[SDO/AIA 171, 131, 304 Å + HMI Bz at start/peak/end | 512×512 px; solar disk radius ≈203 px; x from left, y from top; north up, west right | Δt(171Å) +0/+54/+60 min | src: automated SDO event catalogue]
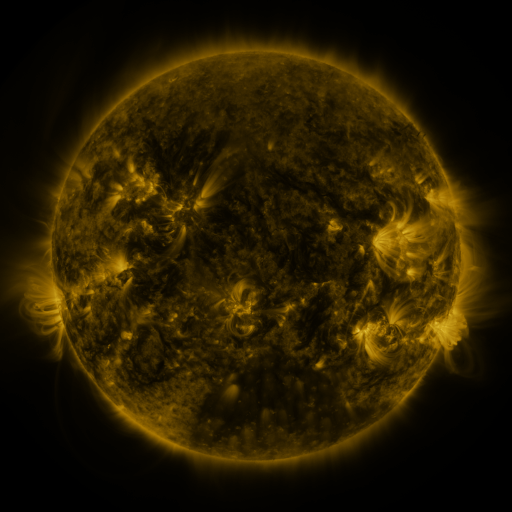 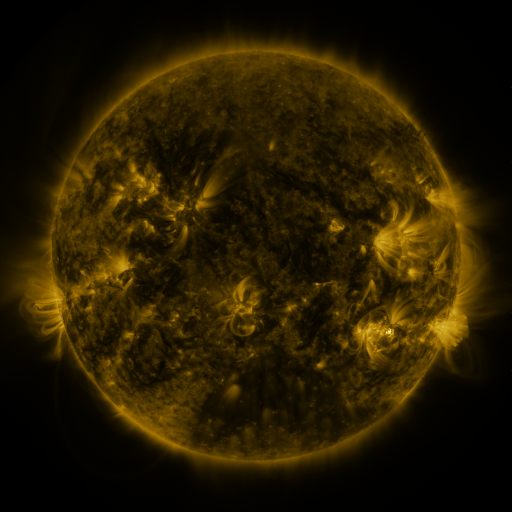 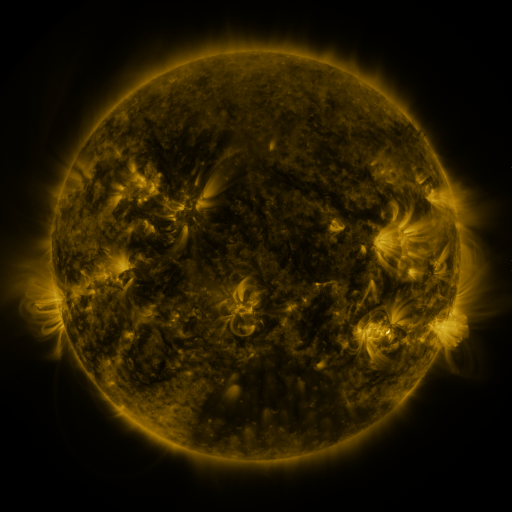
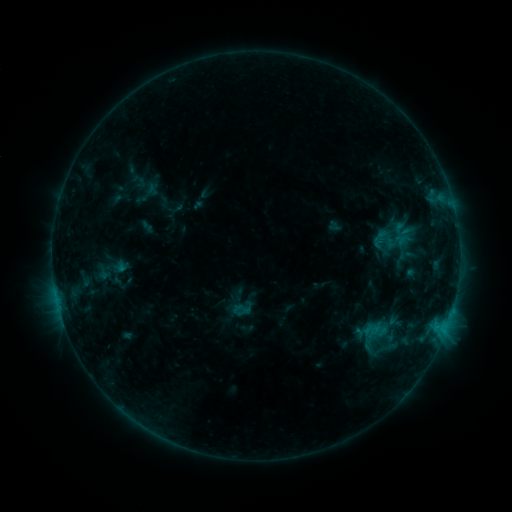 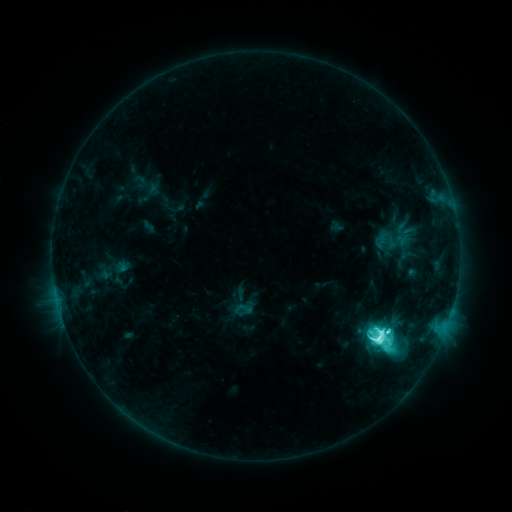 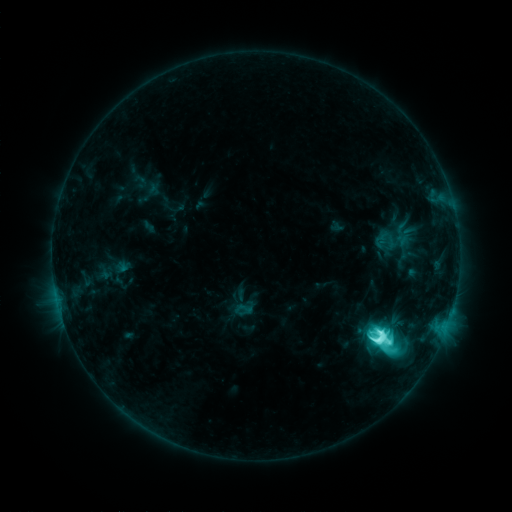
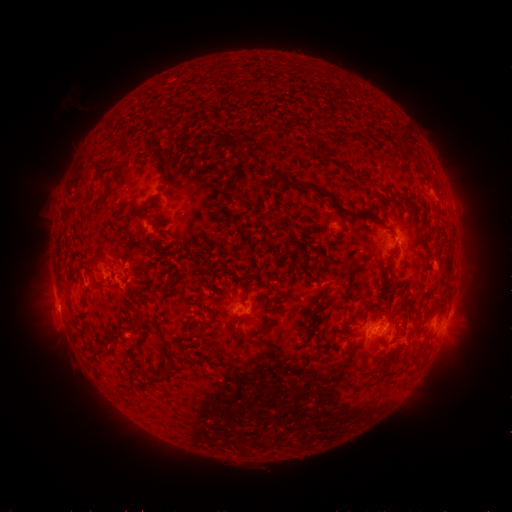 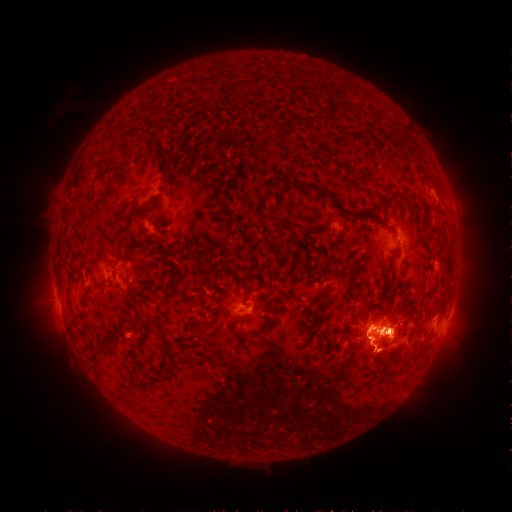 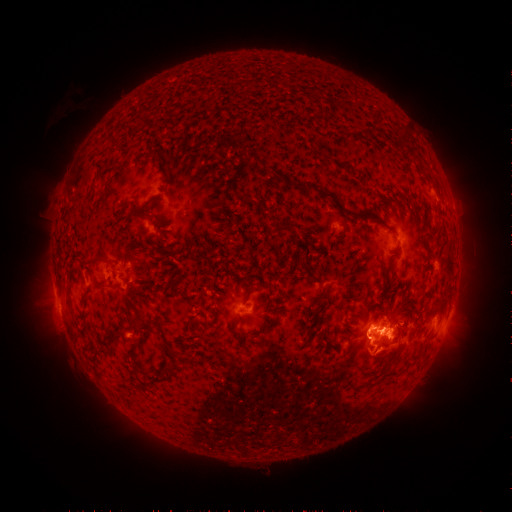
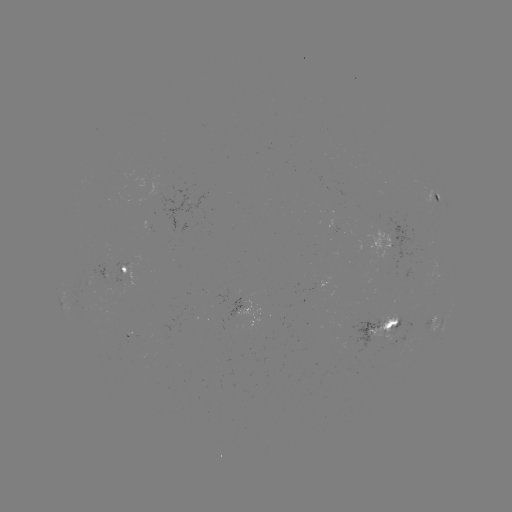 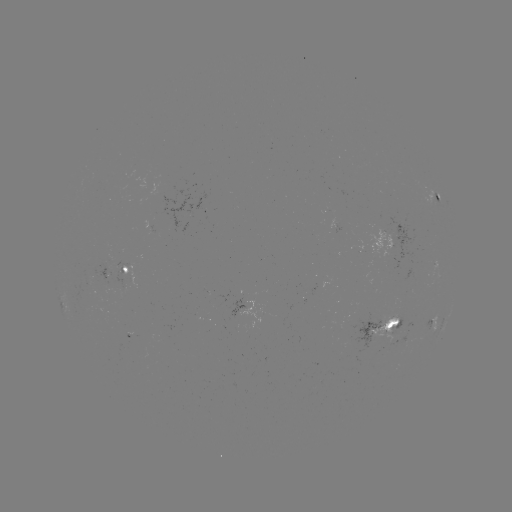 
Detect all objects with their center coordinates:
M1.5 flare: (378, 329)
